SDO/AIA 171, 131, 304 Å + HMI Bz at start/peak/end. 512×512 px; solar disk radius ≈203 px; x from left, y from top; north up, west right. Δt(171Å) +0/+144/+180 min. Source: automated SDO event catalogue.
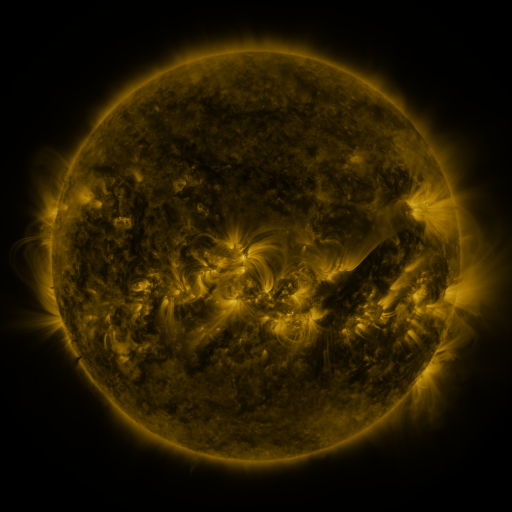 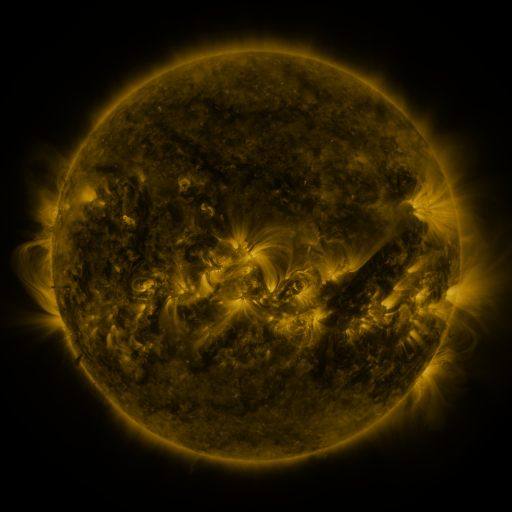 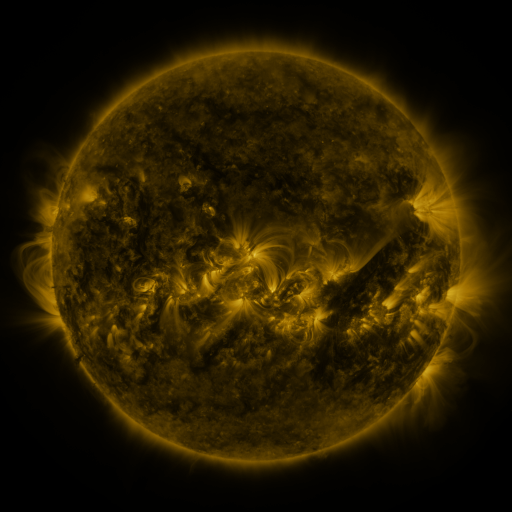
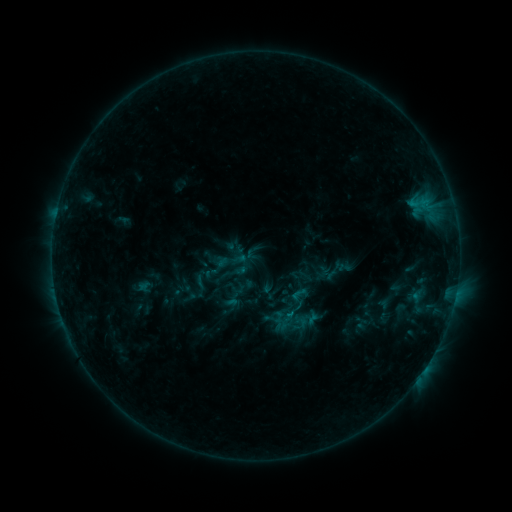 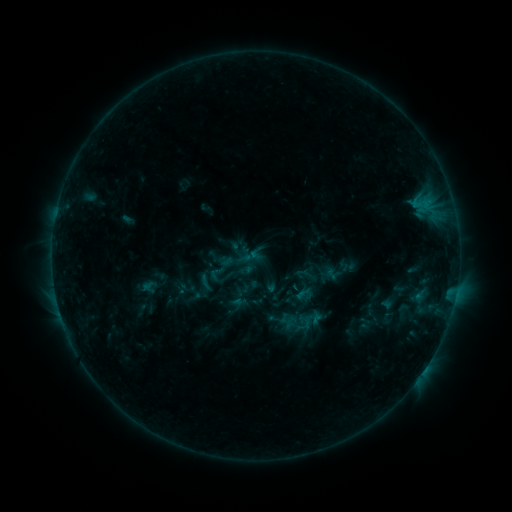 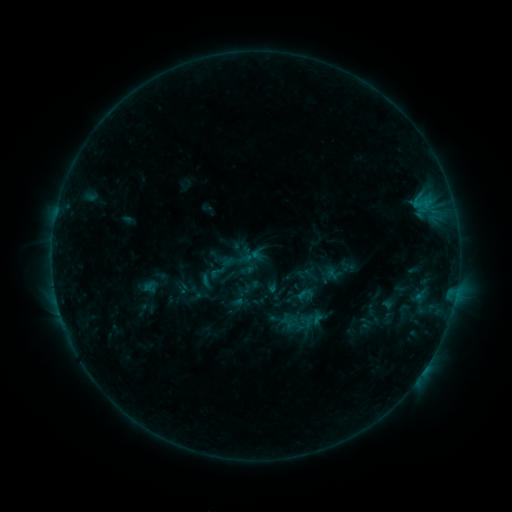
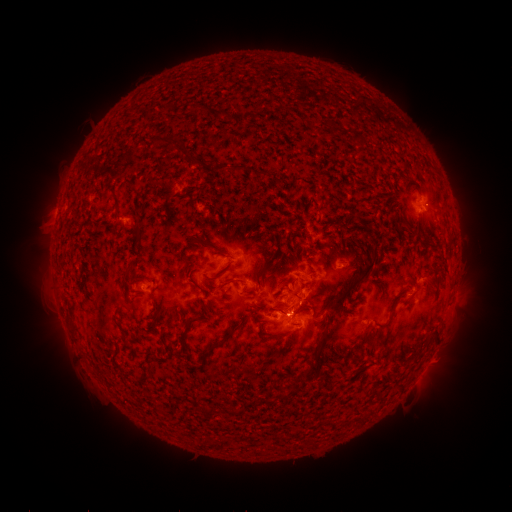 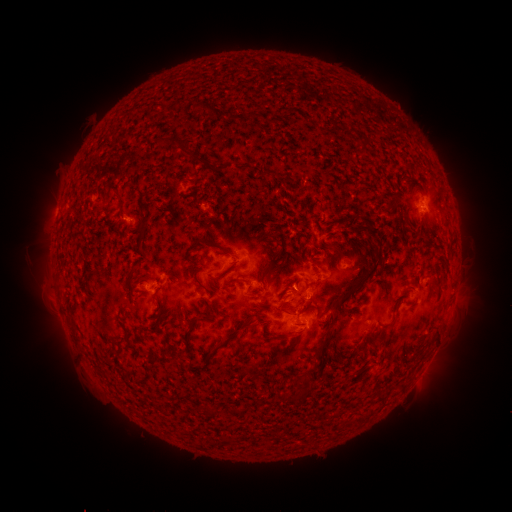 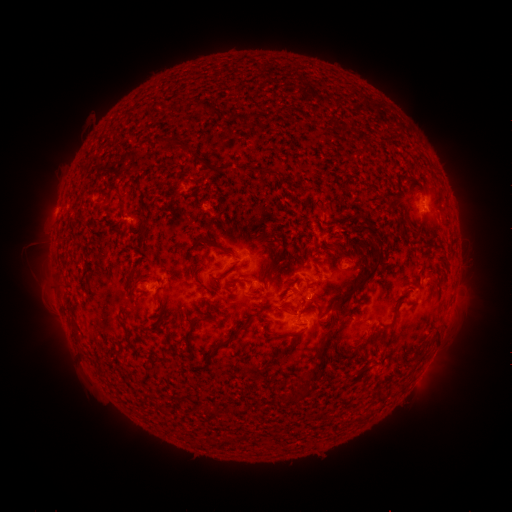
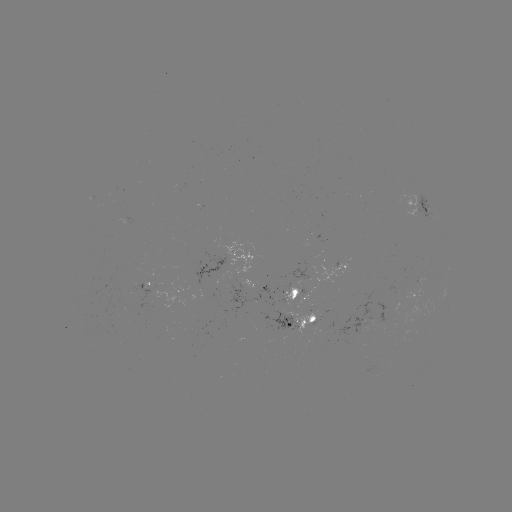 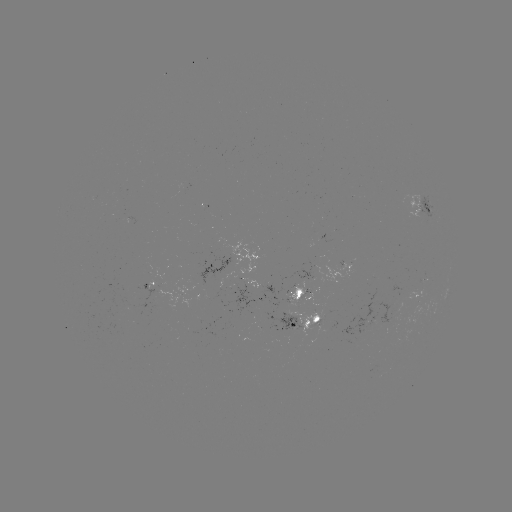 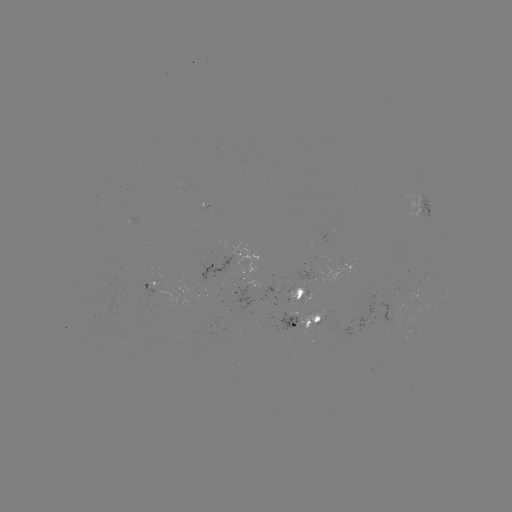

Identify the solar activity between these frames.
emerging-flux region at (313, 316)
